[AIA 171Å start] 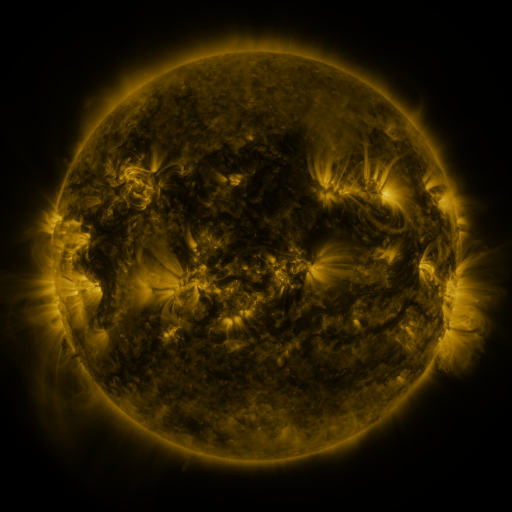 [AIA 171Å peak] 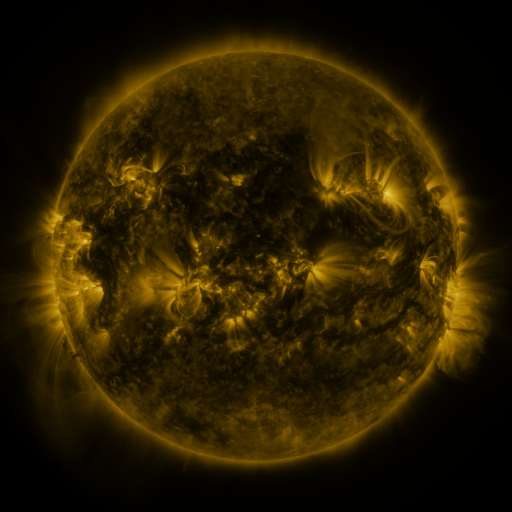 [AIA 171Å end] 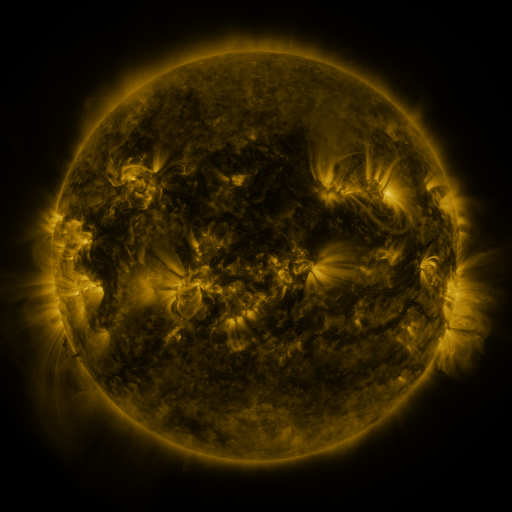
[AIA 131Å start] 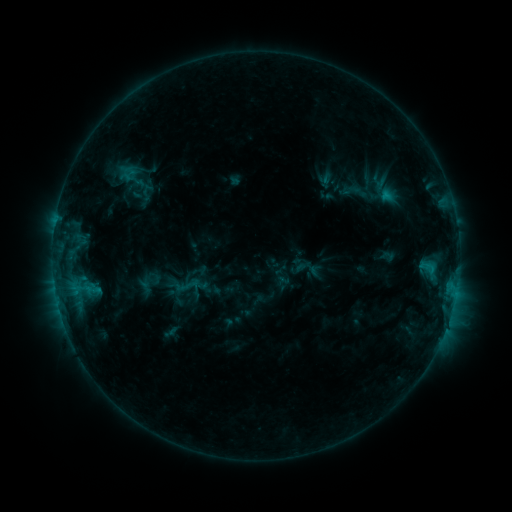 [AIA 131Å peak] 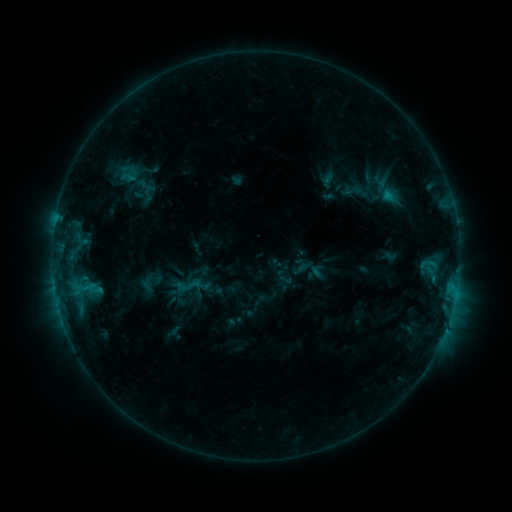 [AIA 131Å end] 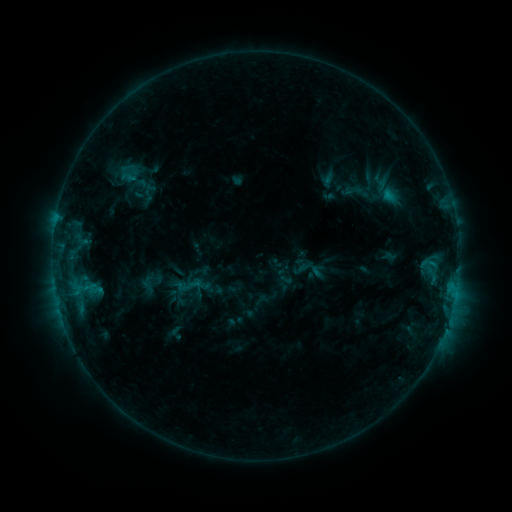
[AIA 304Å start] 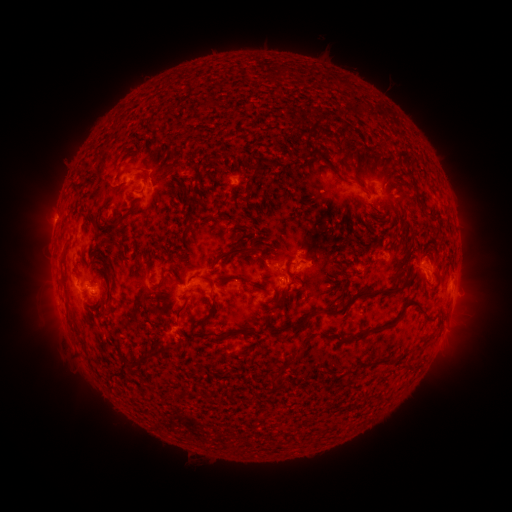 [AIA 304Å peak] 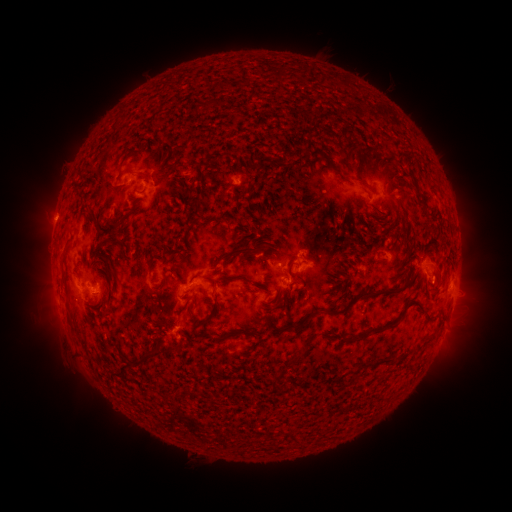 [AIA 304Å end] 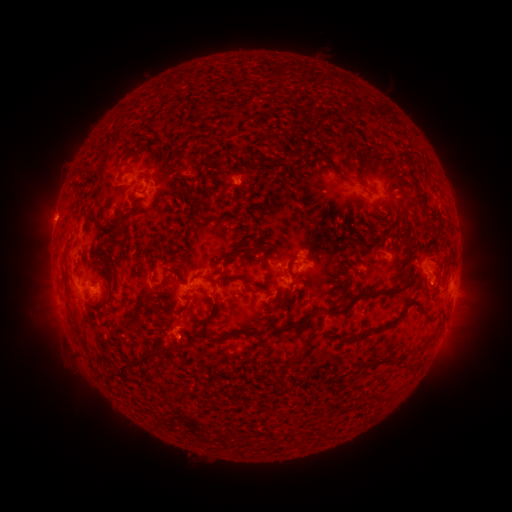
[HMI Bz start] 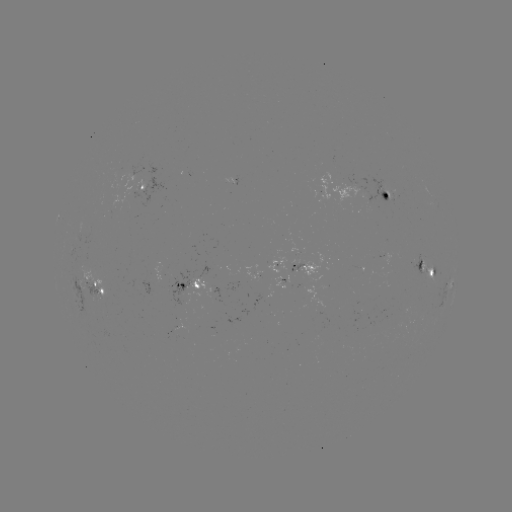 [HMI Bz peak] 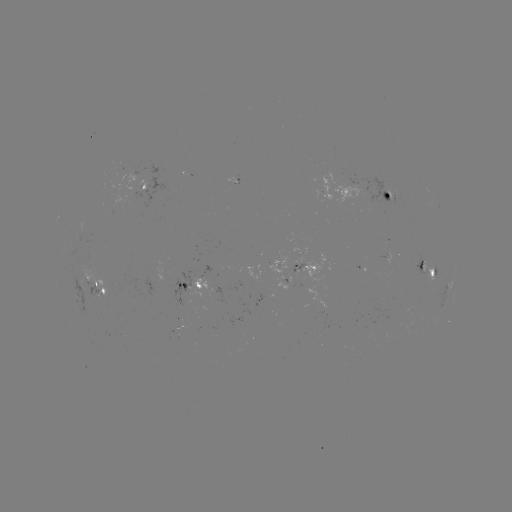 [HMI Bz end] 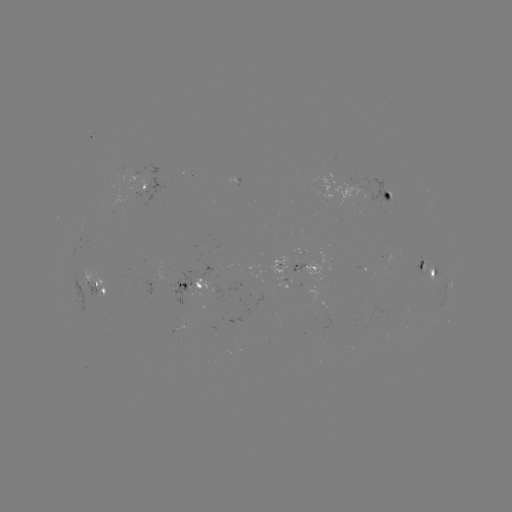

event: emerging-flux region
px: (183, 289)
